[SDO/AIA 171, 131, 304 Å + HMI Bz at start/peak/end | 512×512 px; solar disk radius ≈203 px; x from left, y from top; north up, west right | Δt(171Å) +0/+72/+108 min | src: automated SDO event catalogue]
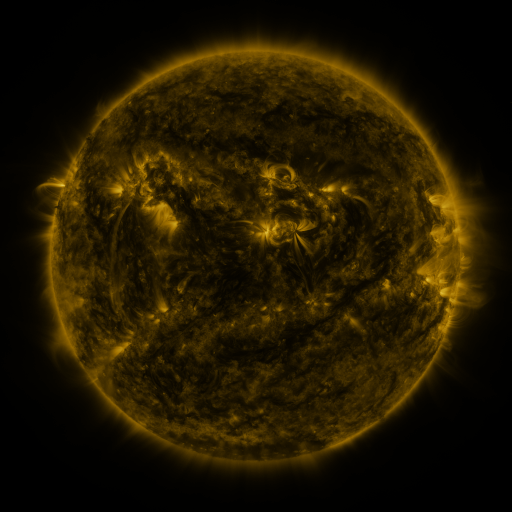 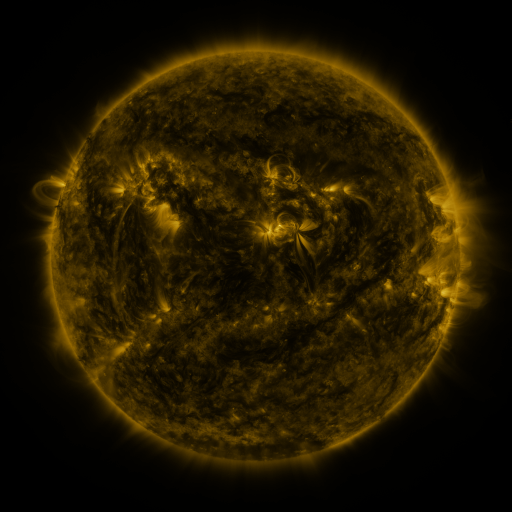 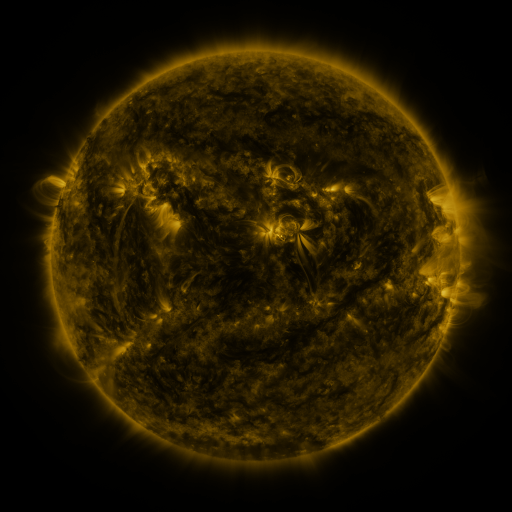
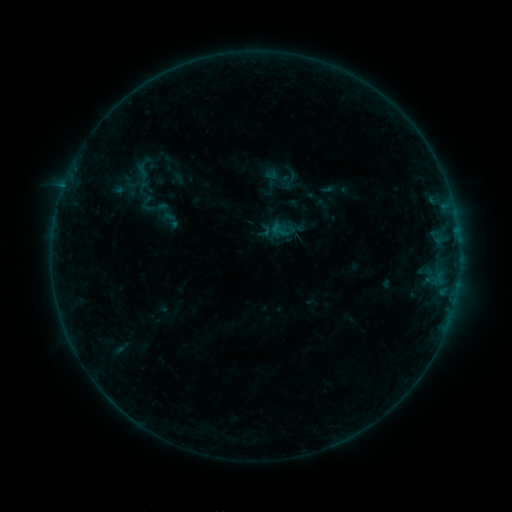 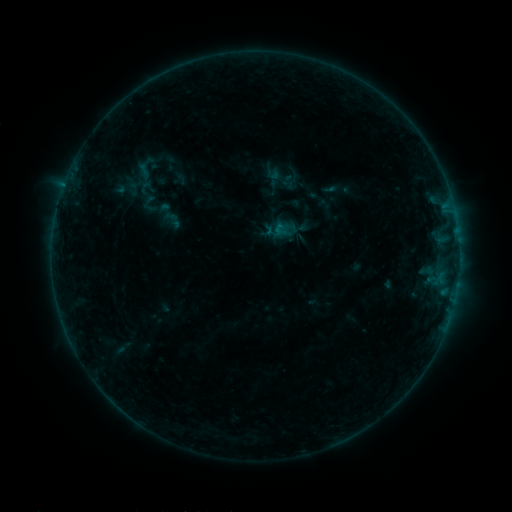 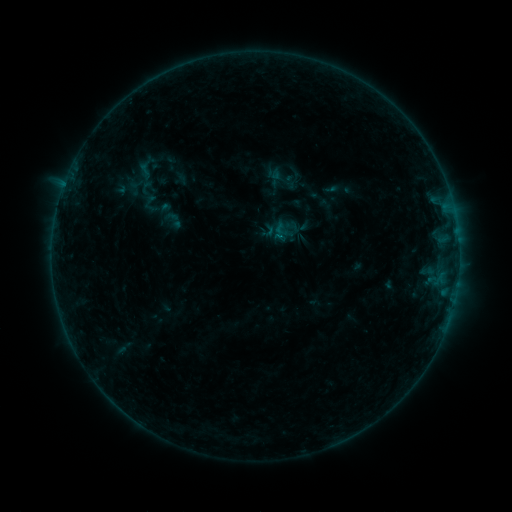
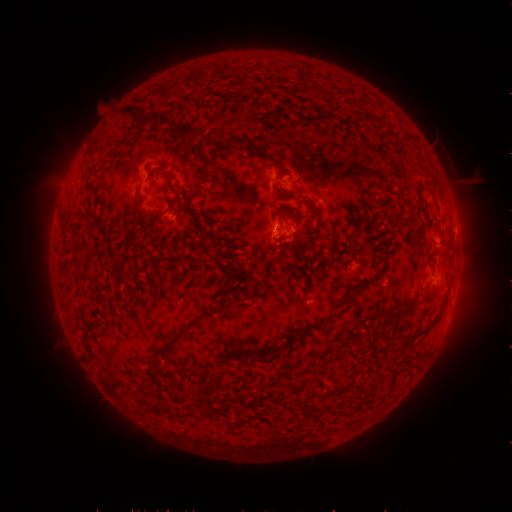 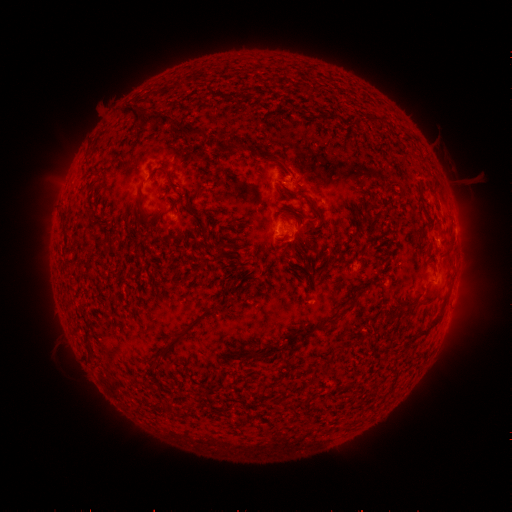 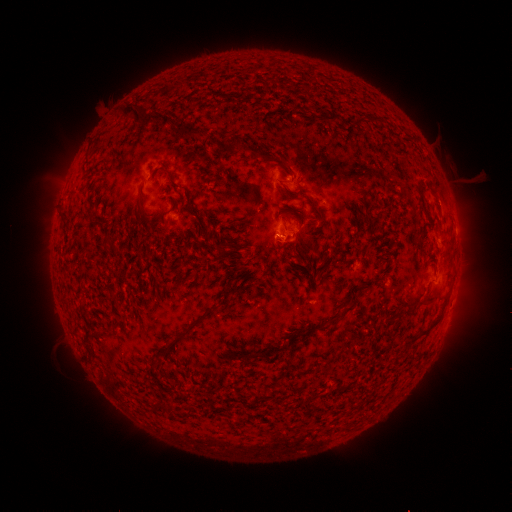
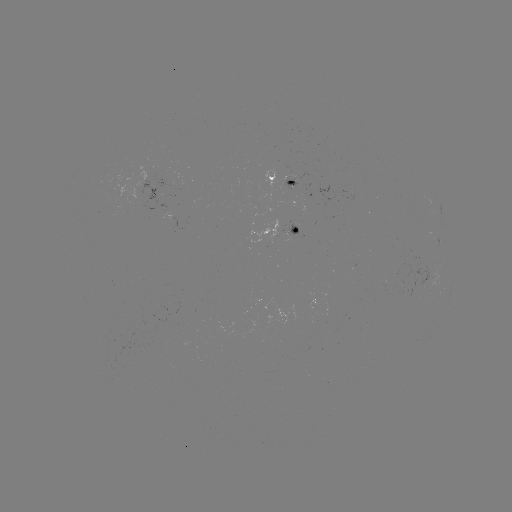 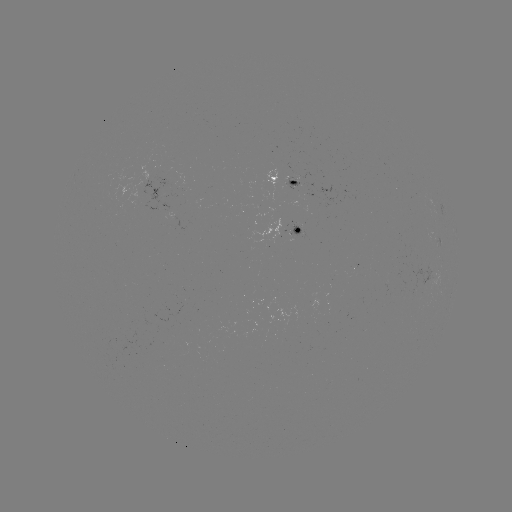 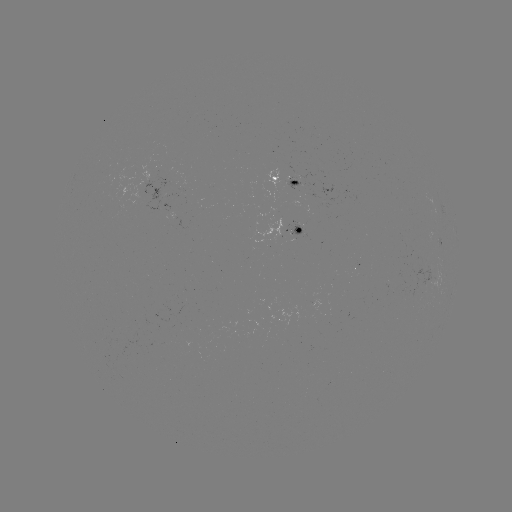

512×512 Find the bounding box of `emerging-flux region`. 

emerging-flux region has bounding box [299, 185, 320, 199].